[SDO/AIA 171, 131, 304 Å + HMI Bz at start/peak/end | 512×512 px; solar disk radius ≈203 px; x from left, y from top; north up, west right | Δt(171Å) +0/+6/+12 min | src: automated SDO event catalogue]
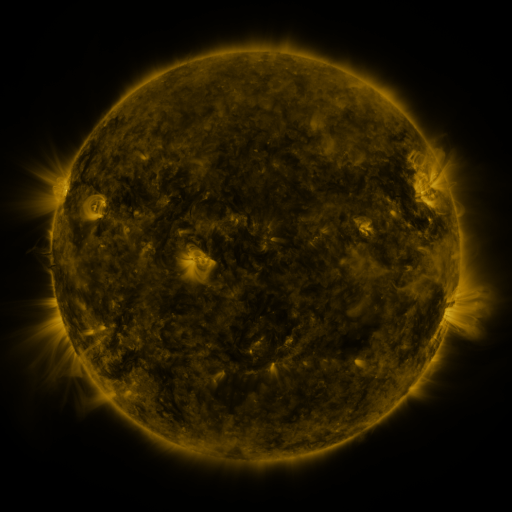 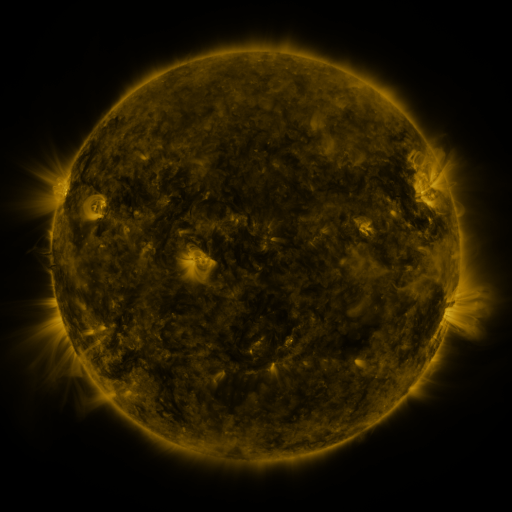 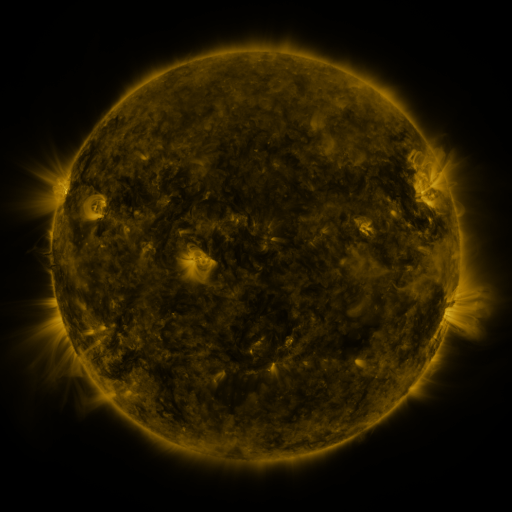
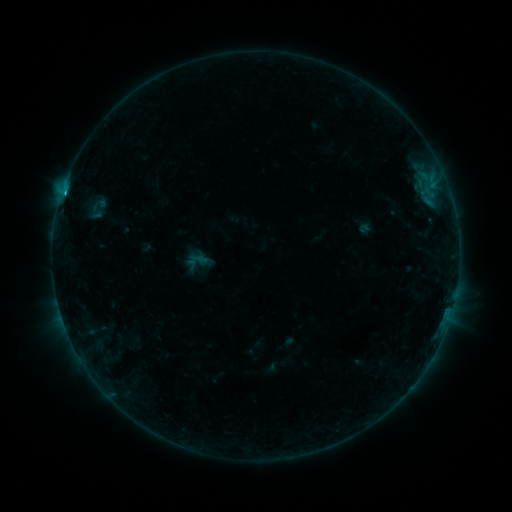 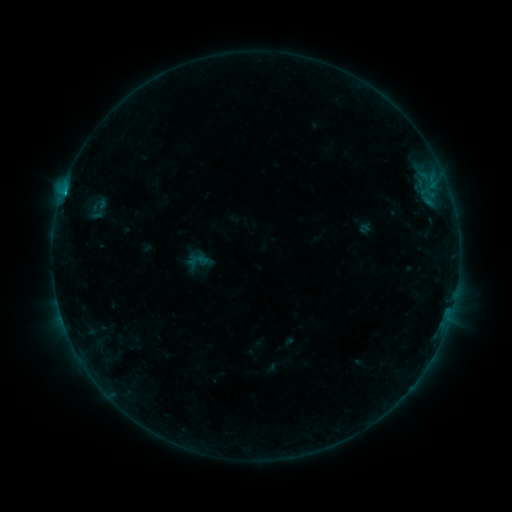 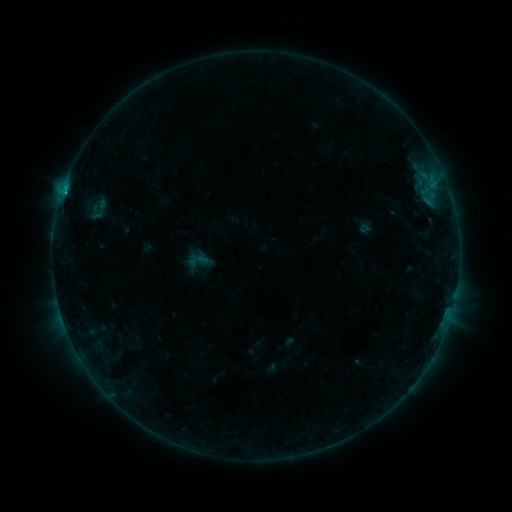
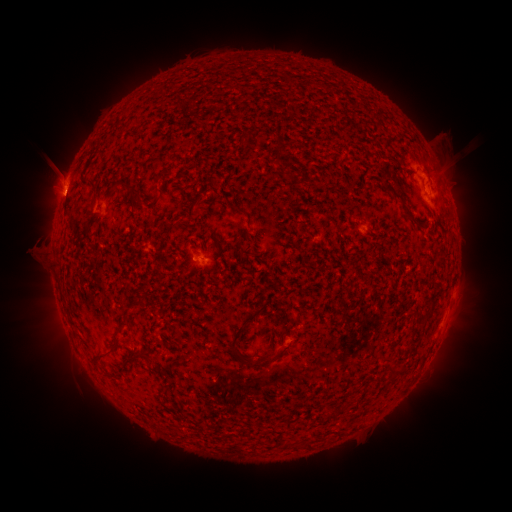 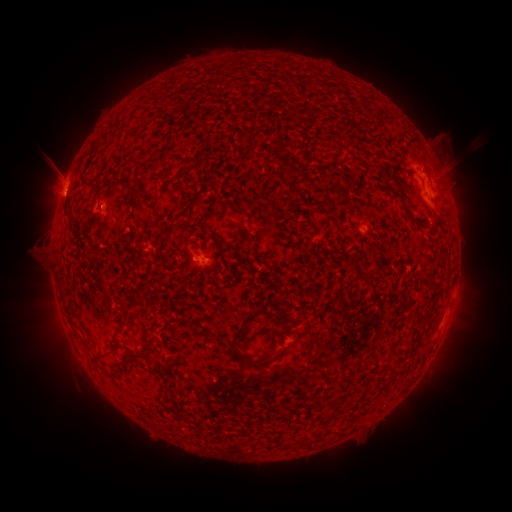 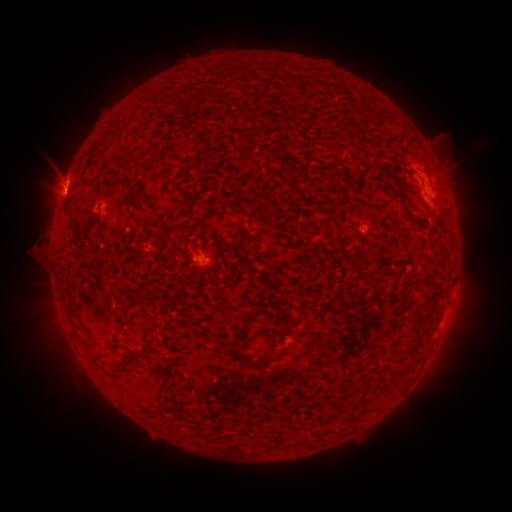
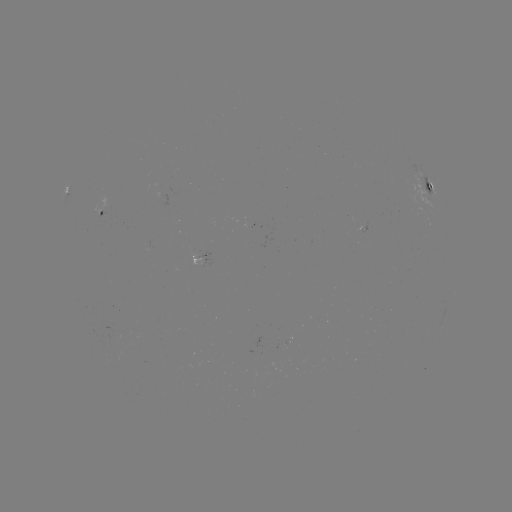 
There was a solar flare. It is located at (66, 194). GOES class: C1.0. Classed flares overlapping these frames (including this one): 2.